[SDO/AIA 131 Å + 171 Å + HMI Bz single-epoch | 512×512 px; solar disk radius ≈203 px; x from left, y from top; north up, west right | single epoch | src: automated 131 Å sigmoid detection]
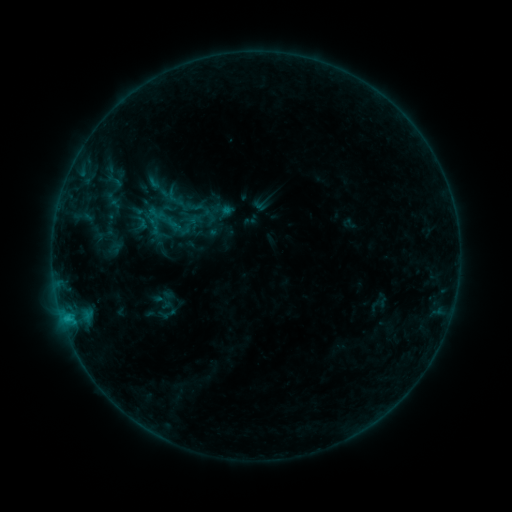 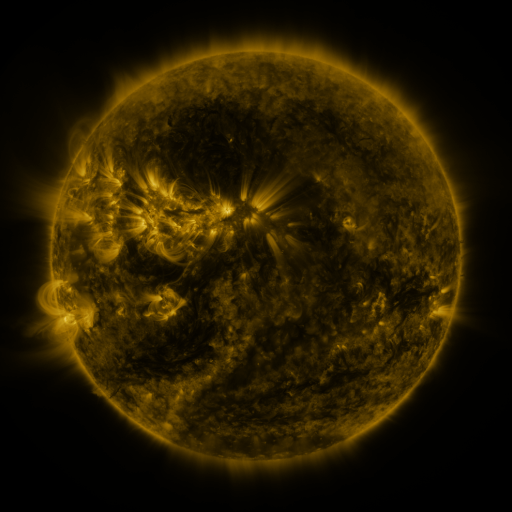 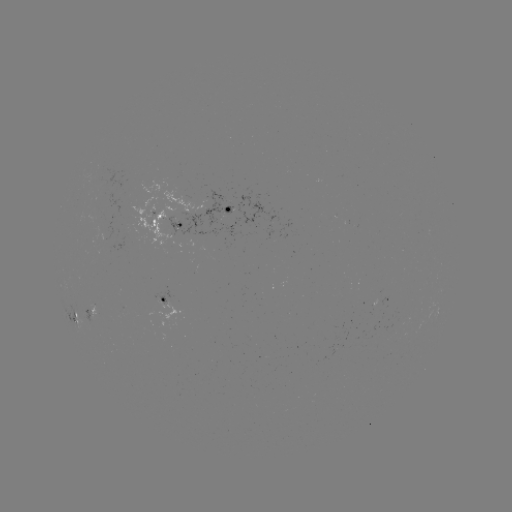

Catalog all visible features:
sigmoid: [131, 212, 151, 232]
